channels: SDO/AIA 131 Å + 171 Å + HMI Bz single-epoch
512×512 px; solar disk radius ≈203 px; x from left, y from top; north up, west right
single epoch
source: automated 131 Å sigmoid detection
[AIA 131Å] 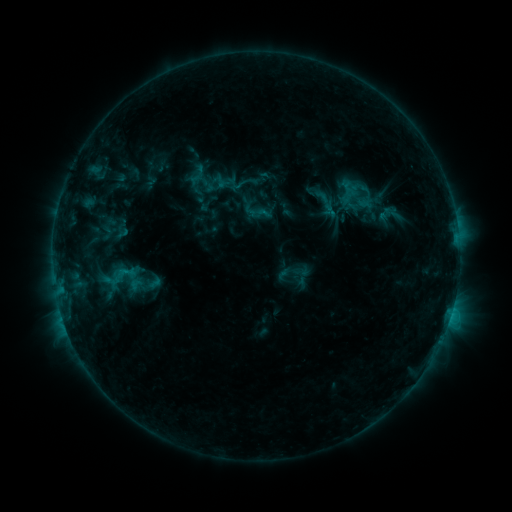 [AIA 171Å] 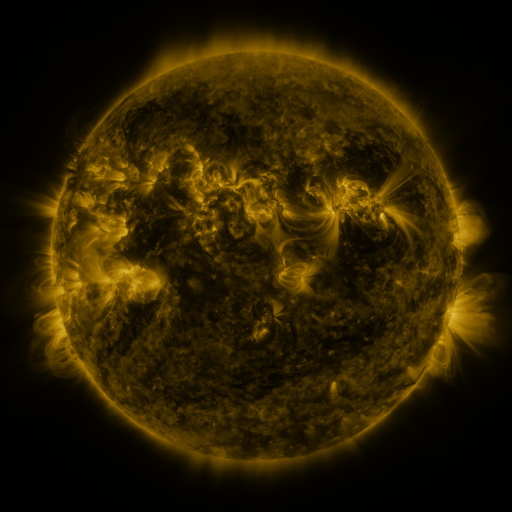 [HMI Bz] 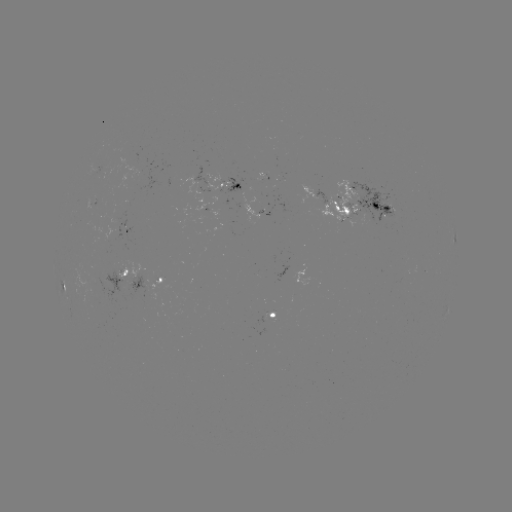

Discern sigmoid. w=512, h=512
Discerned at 257,211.